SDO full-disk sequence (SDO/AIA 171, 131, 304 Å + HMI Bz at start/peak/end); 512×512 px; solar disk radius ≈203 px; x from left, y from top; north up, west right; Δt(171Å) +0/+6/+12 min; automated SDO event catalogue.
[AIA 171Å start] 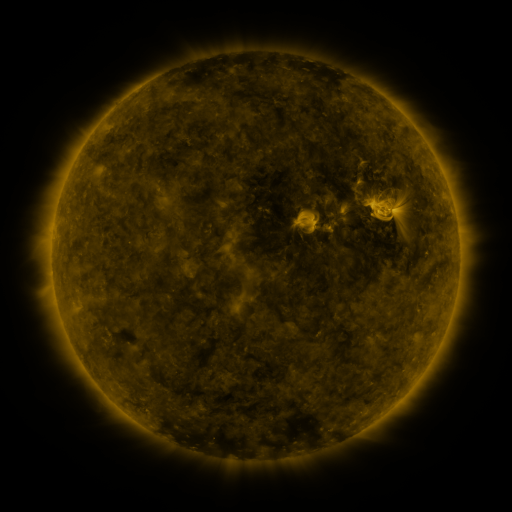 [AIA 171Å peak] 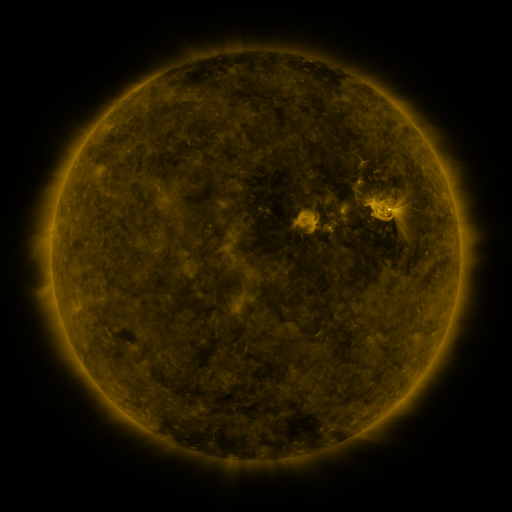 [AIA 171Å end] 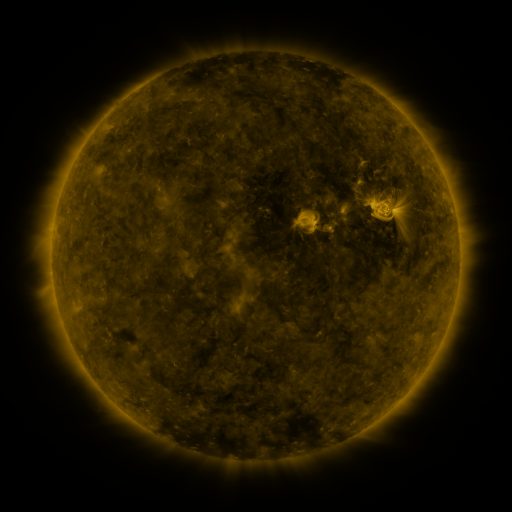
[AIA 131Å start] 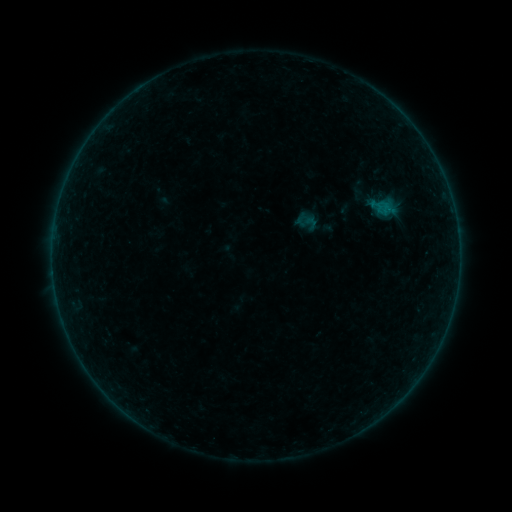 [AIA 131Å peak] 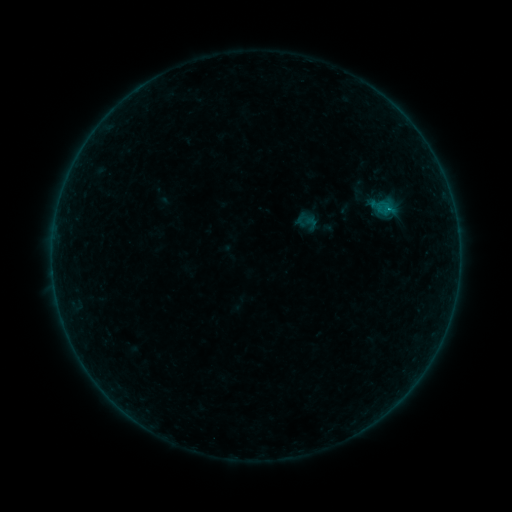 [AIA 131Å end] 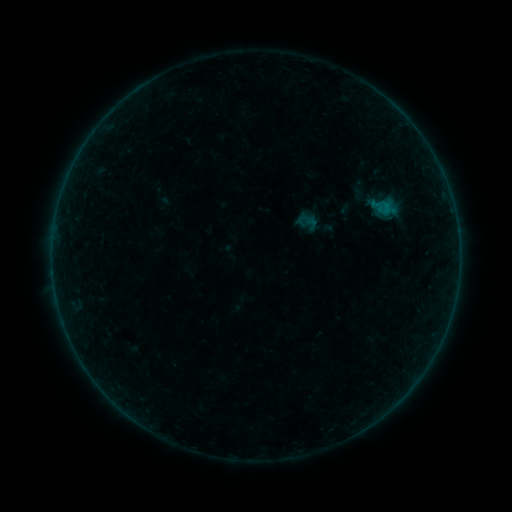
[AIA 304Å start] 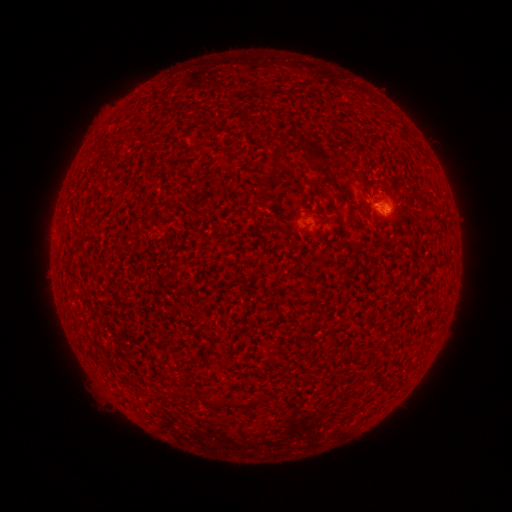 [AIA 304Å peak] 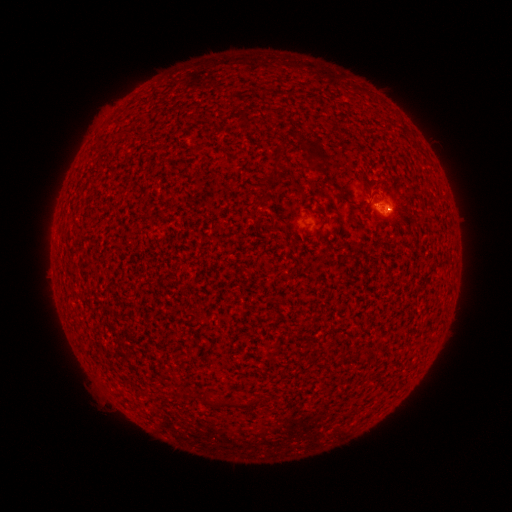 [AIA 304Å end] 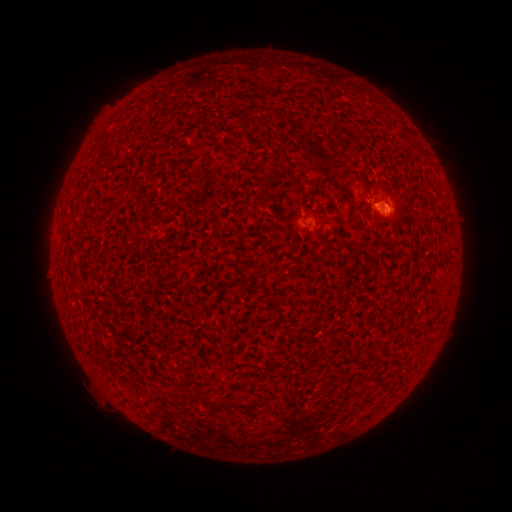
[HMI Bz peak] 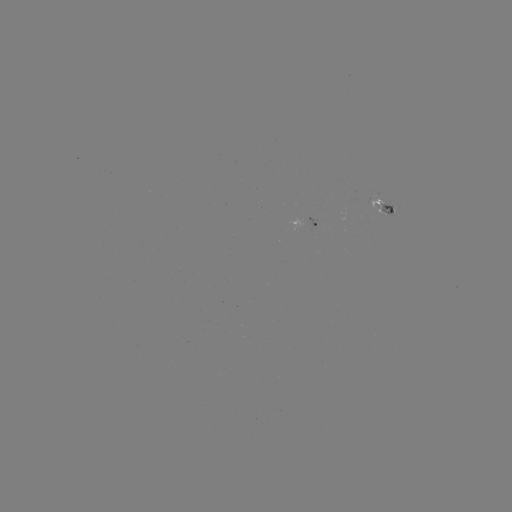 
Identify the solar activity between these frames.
B1.6 flare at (388, 209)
